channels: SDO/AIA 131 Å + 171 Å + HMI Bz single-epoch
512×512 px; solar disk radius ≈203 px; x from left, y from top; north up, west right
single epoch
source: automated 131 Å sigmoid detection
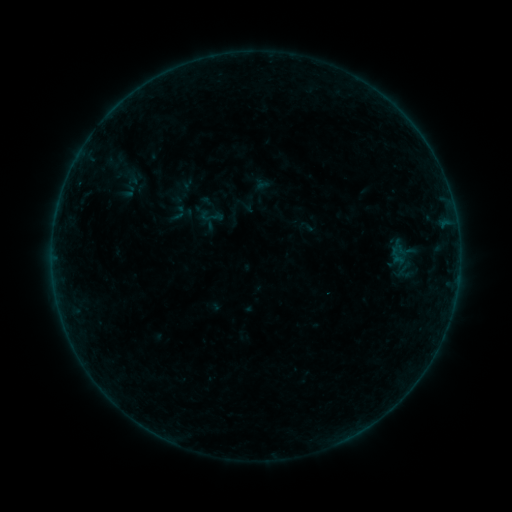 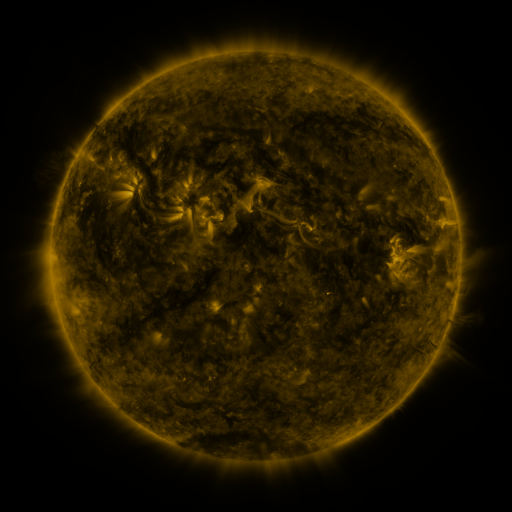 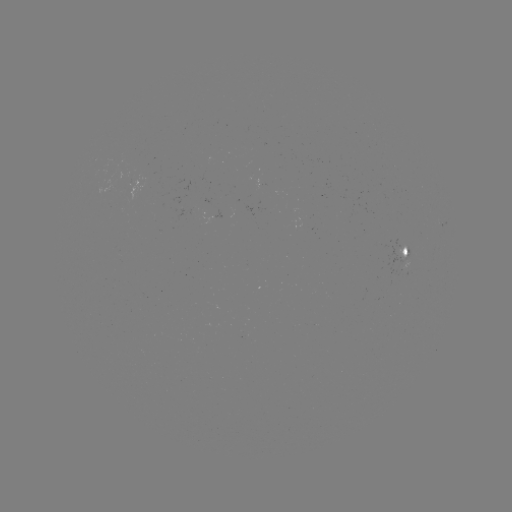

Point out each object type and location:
sigmoid: (198, 204, 223, 228)
